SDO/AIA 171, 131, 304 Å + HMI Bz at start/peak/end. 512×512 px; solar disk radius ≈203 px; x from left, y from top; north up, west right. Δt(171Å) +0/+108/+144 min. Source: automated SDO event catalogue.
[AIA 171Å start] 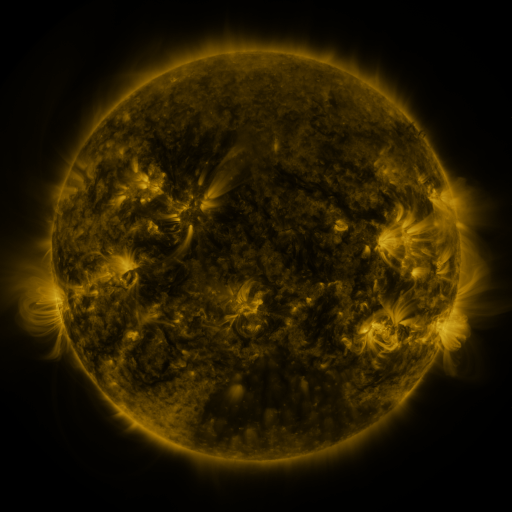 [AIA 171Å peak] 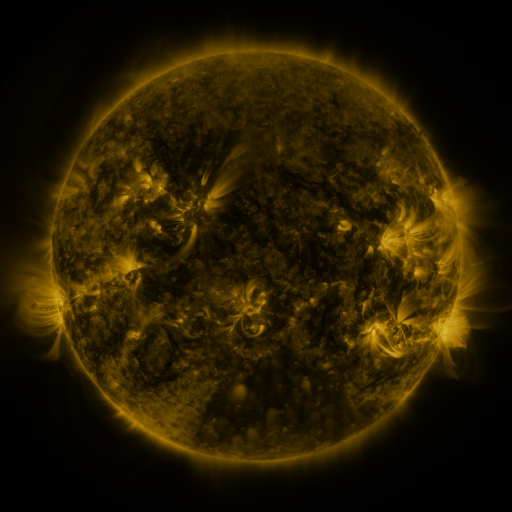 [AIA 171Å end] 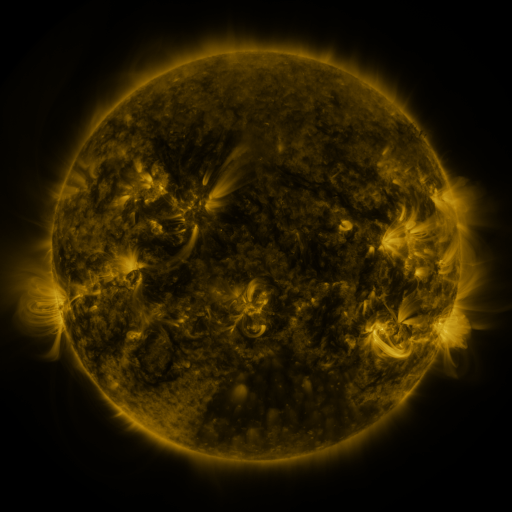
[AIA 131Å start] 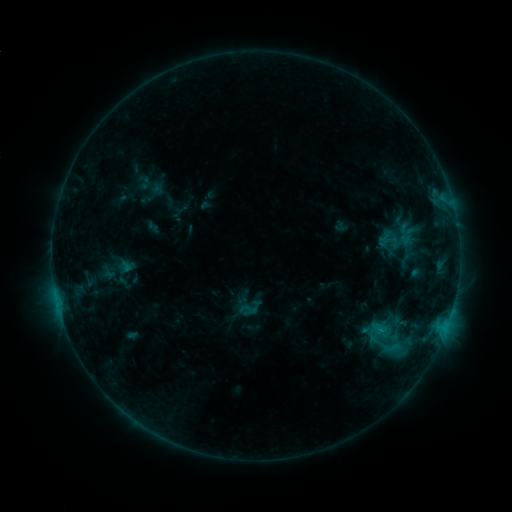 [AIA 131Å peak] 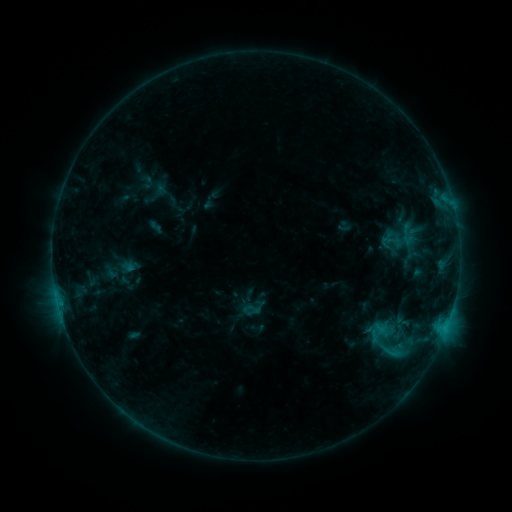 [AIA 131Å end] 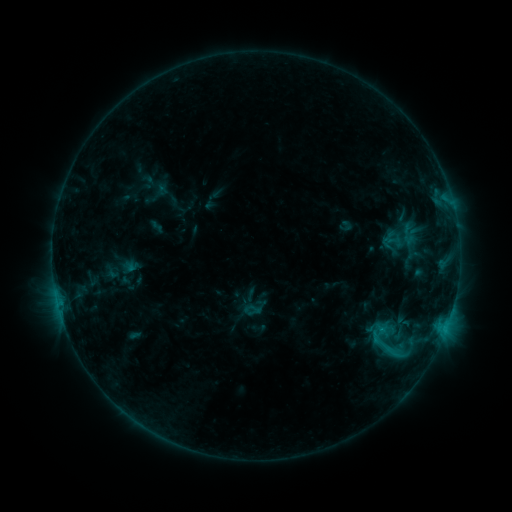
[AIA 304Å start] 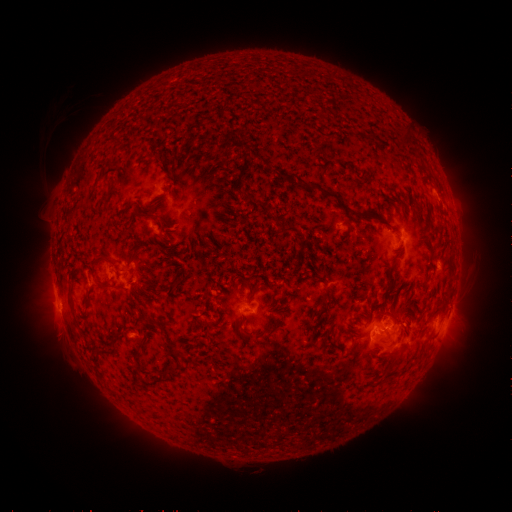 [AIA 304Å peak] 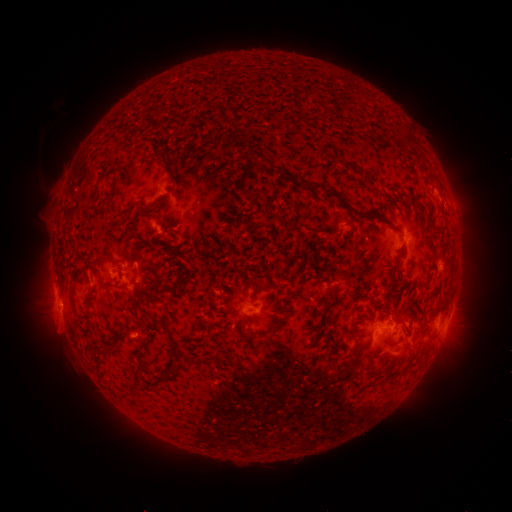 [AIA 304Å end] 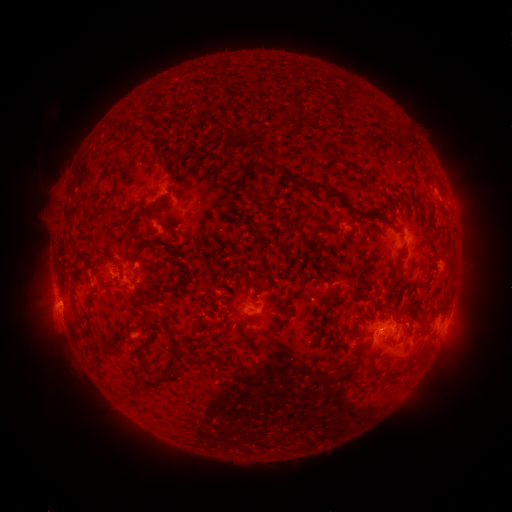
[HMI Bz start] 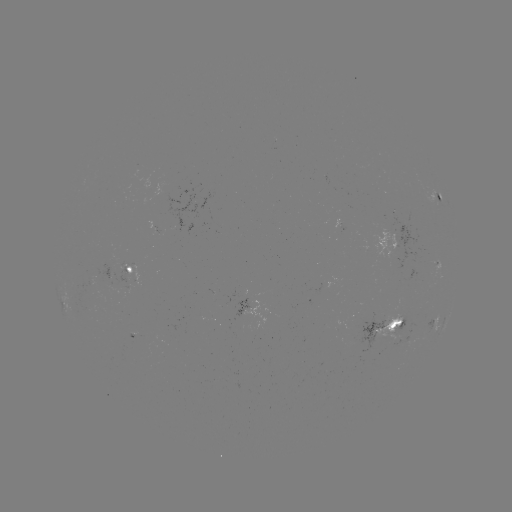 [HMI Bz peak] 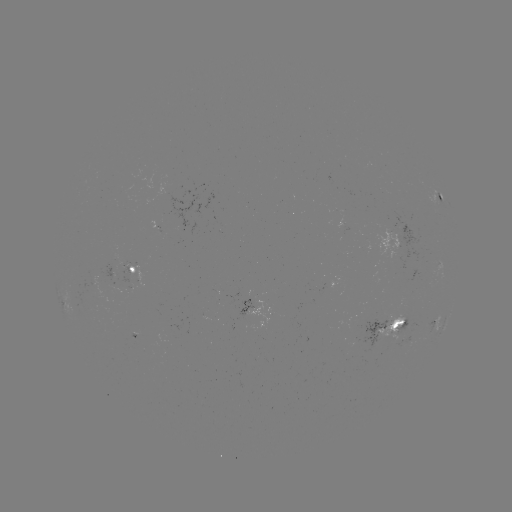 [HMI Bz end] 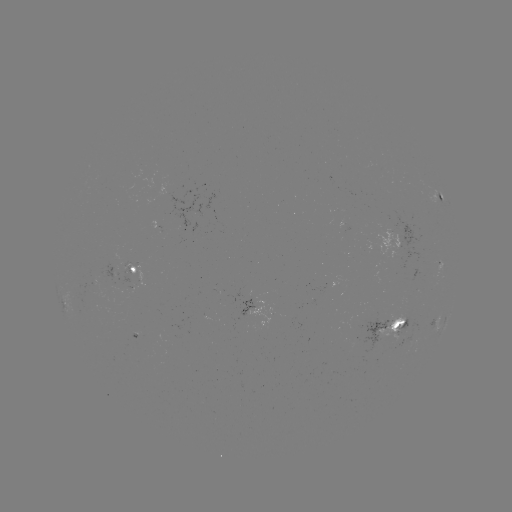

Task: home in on emerging-flux region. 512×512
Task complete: [134, 286].